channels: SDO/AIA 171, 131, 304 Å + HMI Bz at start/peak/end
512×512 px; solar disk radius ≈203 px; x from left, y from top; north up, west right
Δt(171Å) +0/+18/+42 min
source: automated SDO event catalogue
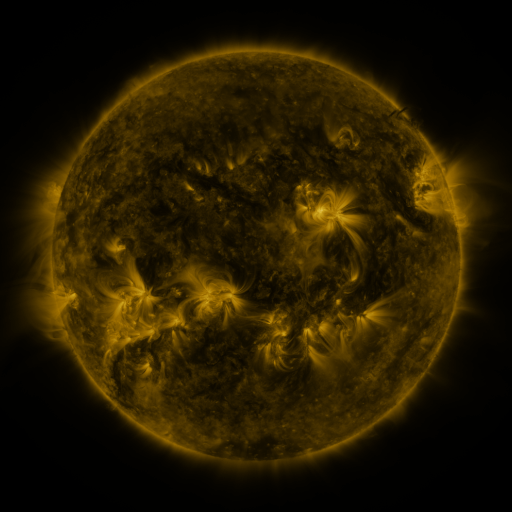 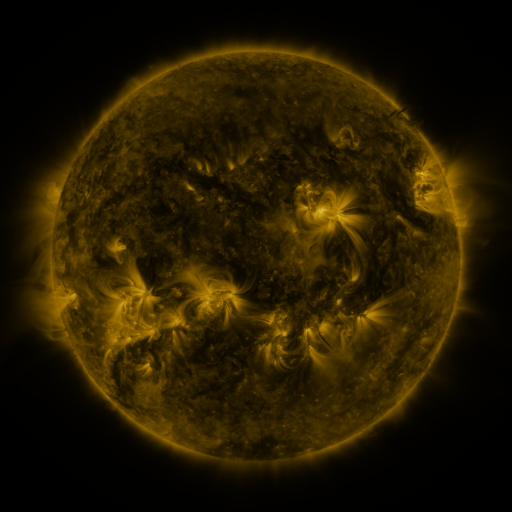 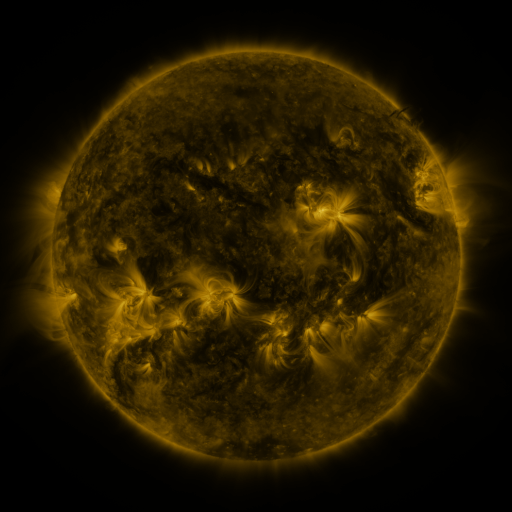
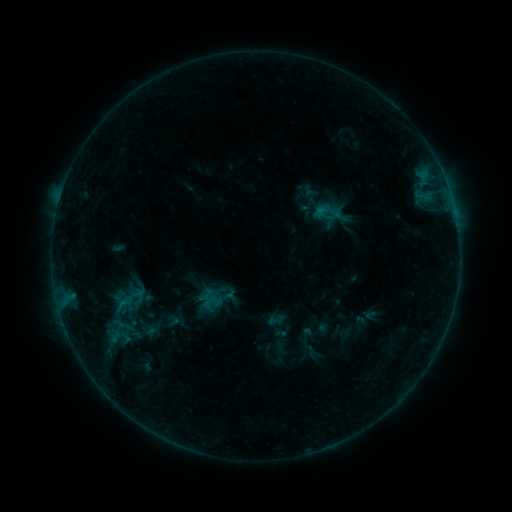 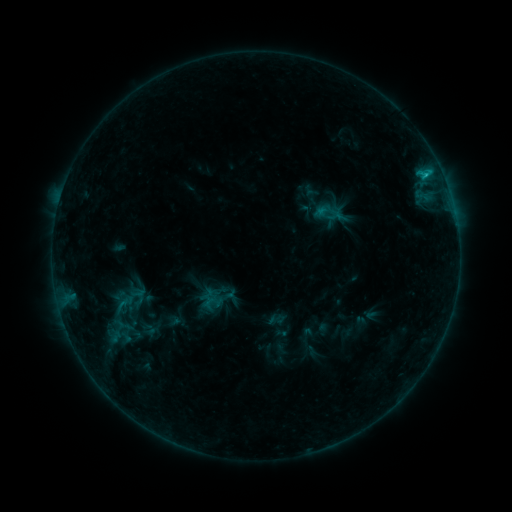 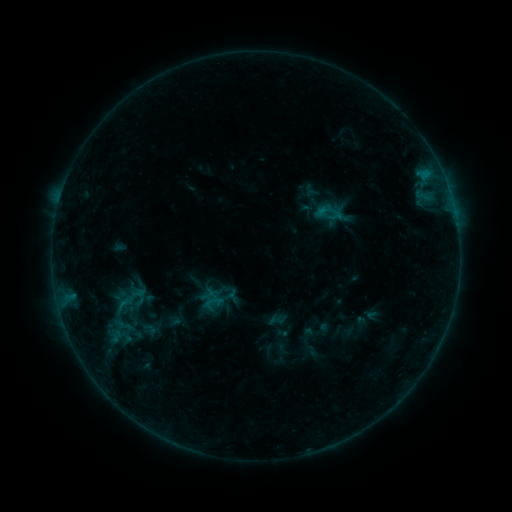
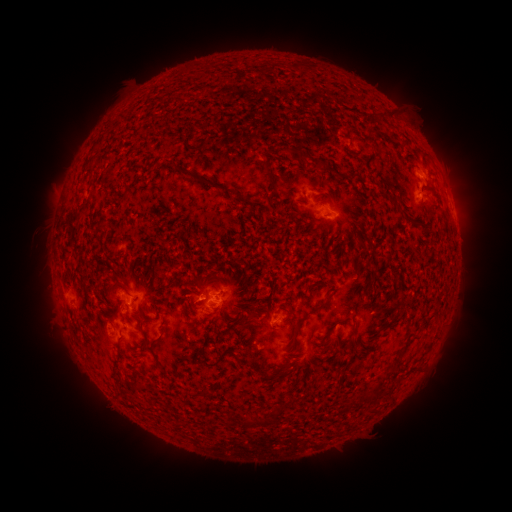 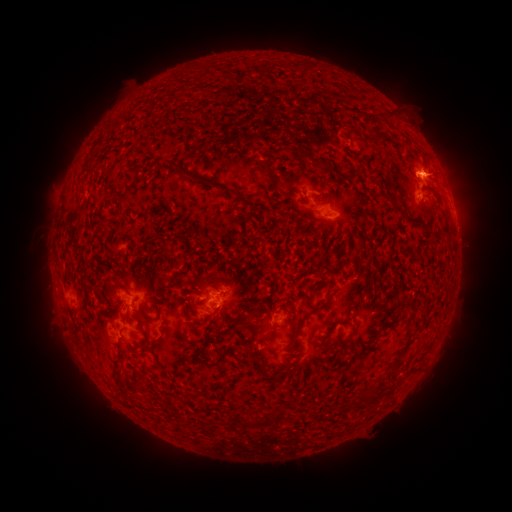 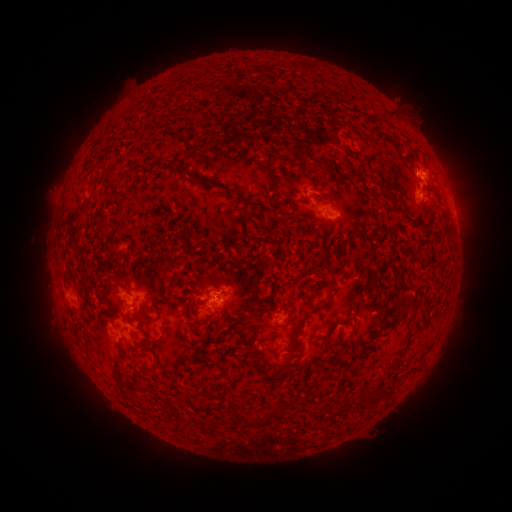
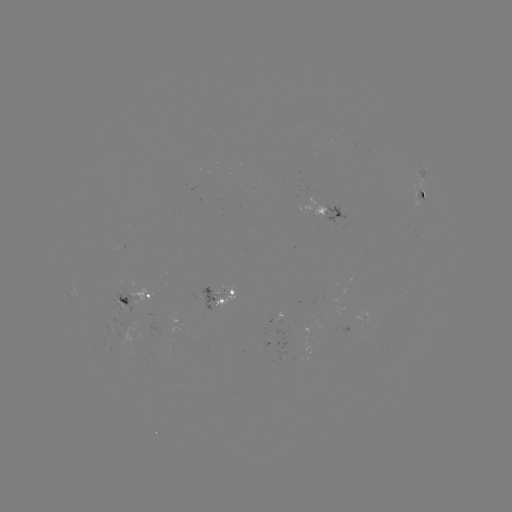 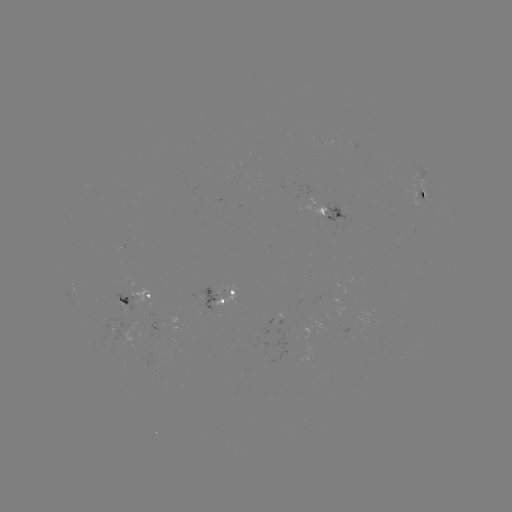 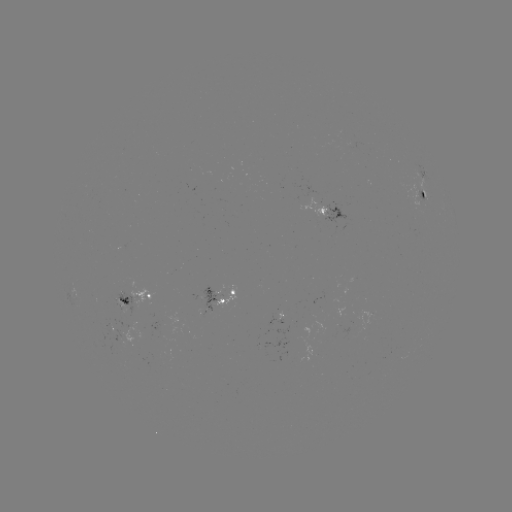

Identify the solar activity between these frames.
B7.4 flare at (425, 178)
